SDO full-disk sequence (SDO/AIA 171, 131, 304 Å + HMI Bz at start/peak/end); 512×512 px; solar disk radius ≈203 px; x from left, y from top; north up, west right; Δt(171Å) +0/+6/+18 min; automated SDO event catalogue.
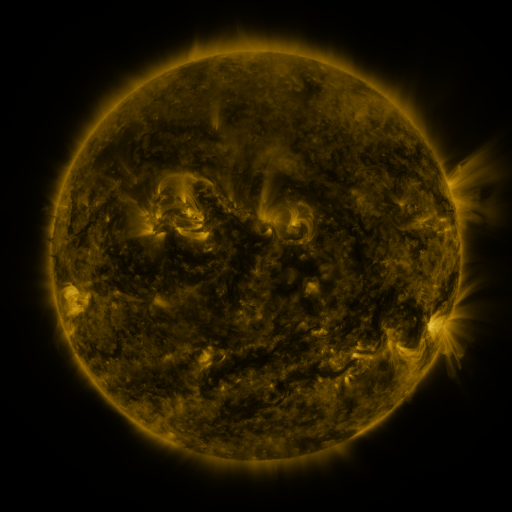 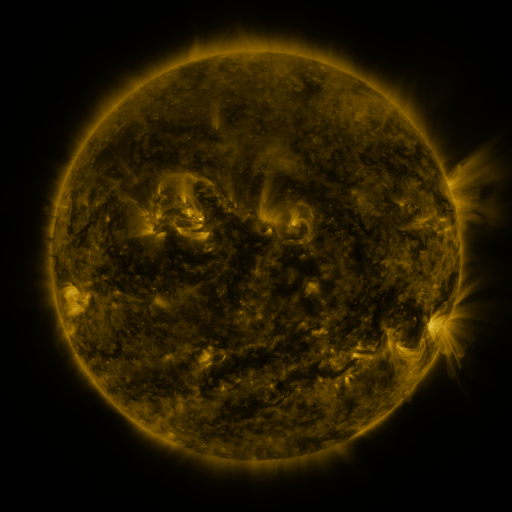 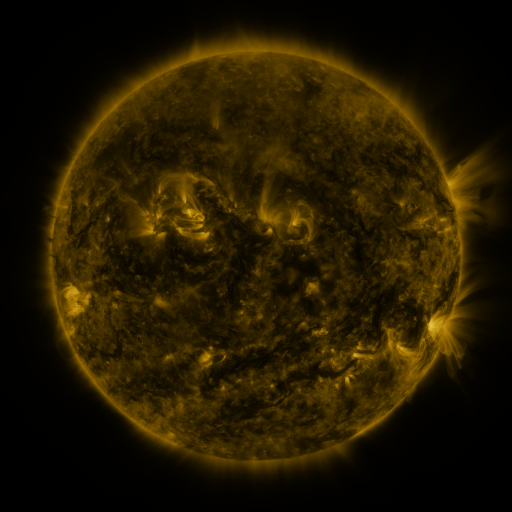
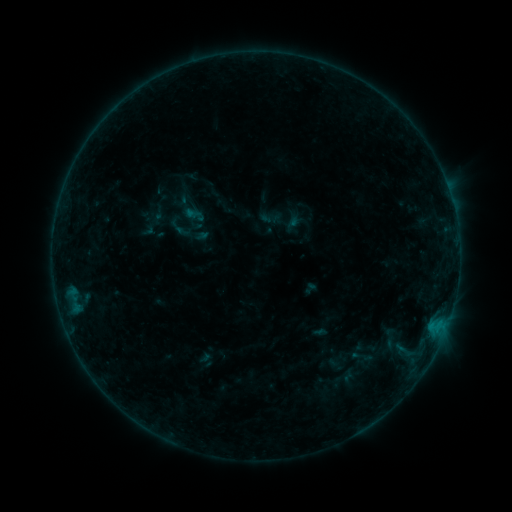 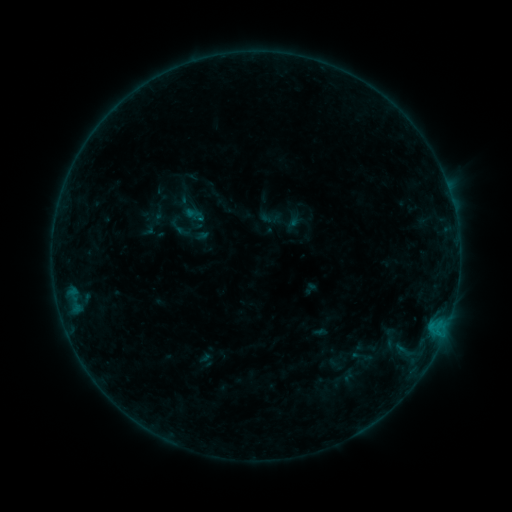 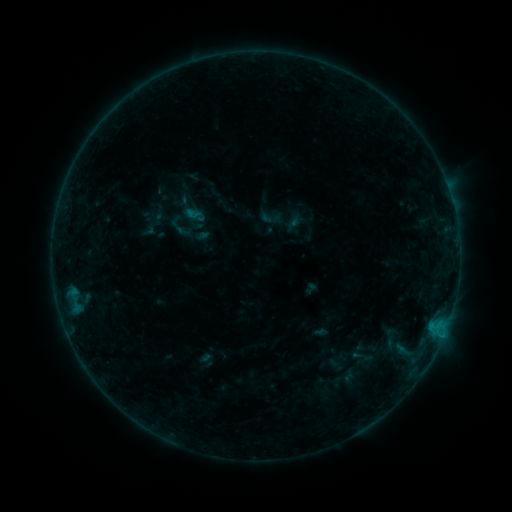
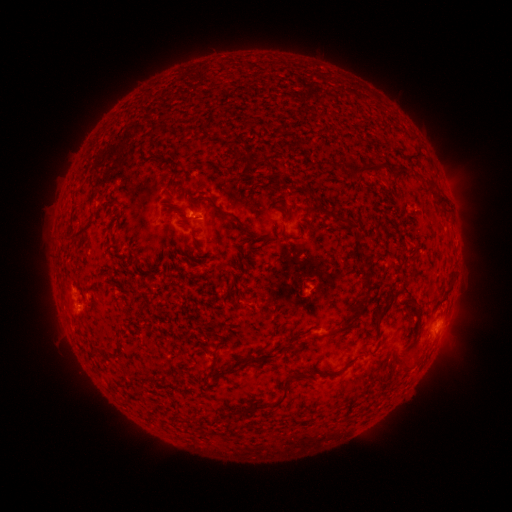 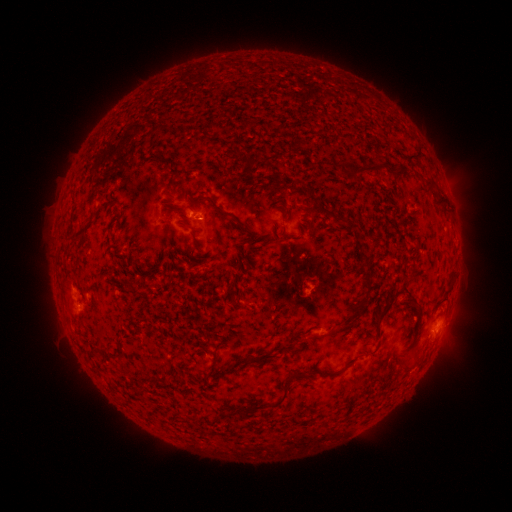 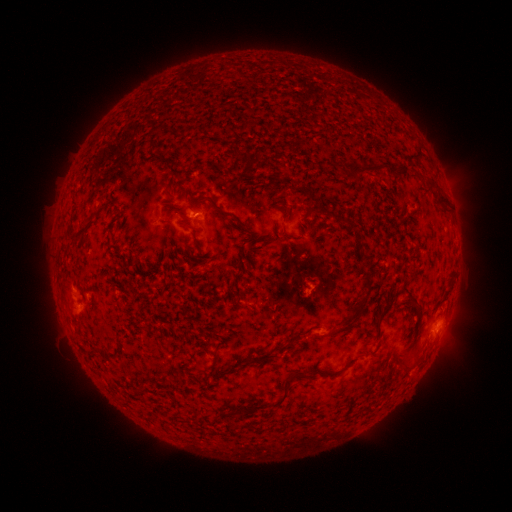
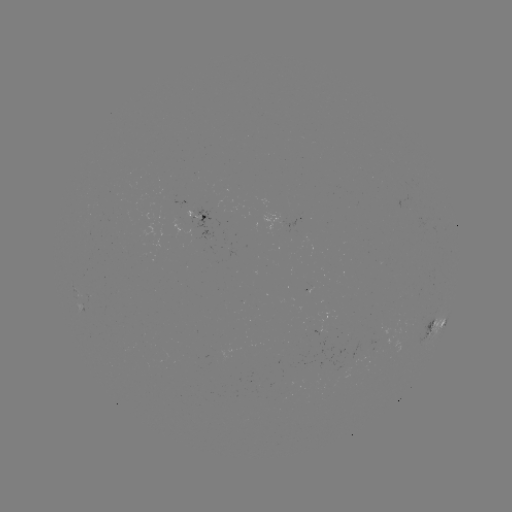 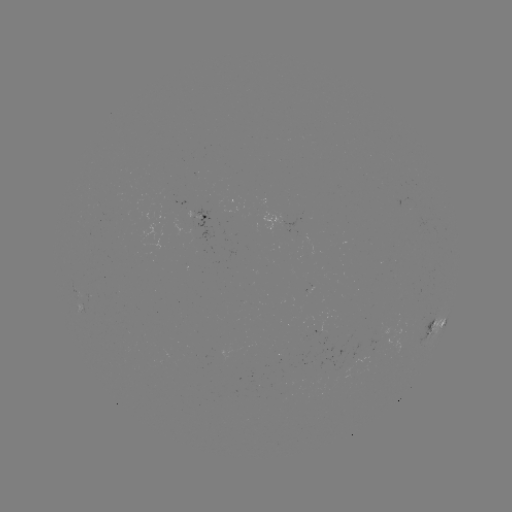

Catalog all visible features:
B3.6 flare: (201, 221)
